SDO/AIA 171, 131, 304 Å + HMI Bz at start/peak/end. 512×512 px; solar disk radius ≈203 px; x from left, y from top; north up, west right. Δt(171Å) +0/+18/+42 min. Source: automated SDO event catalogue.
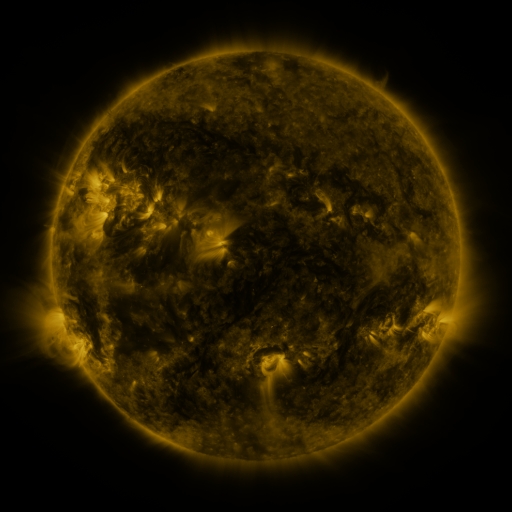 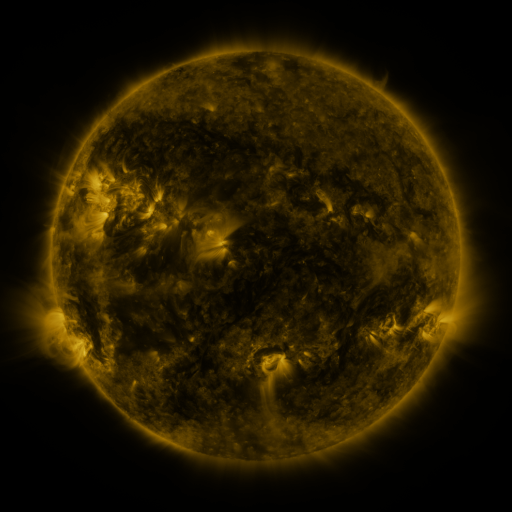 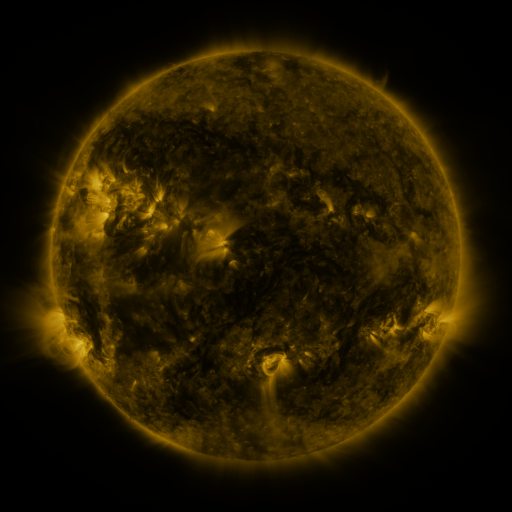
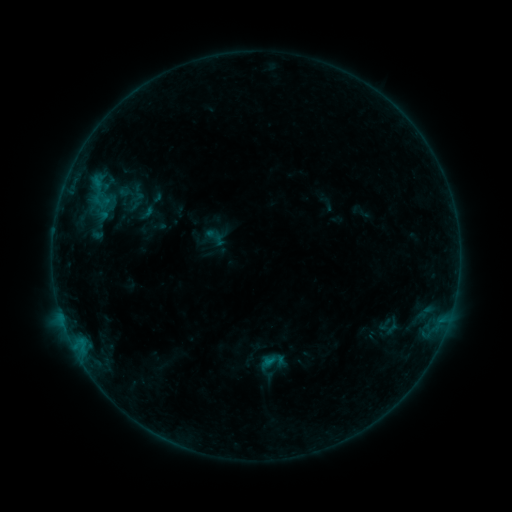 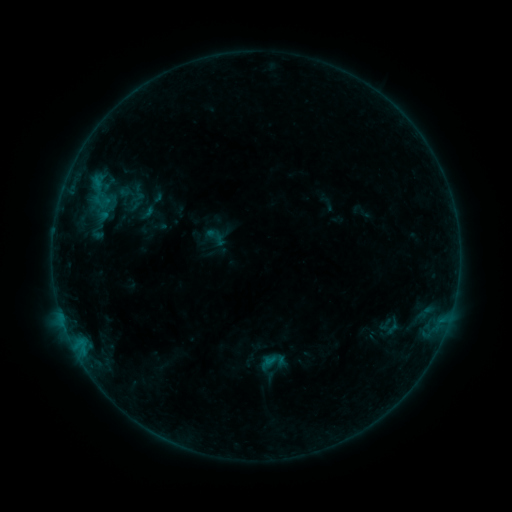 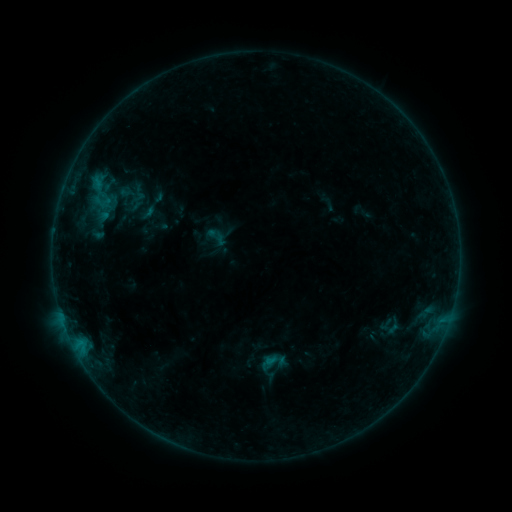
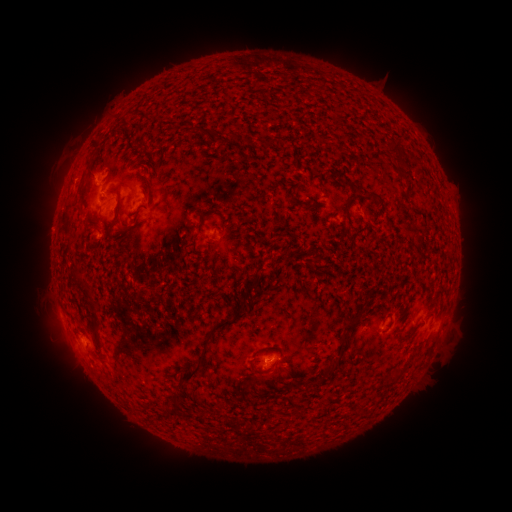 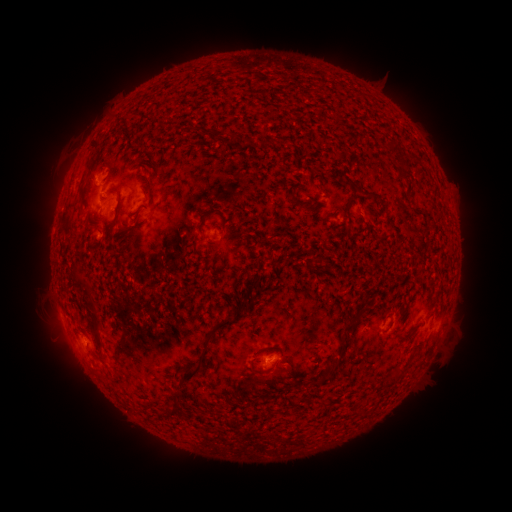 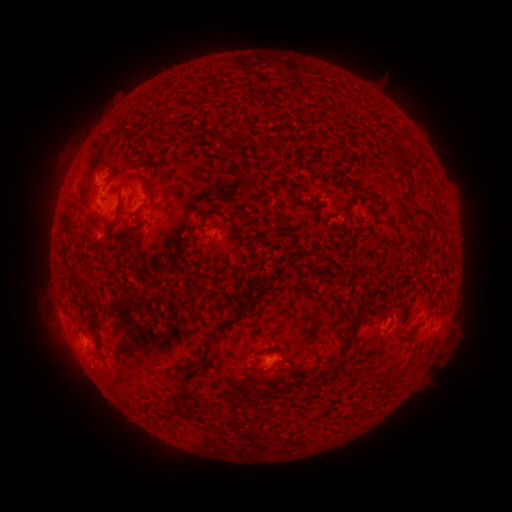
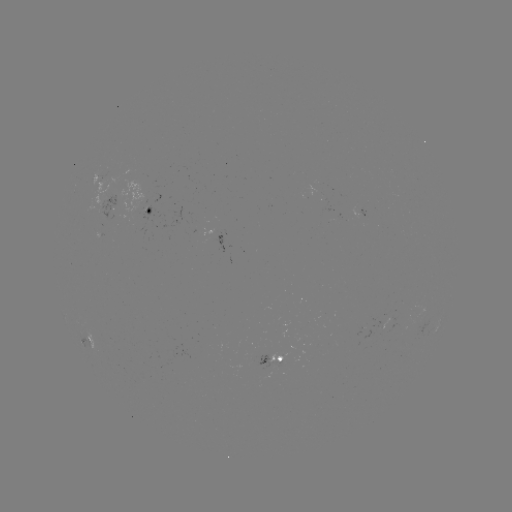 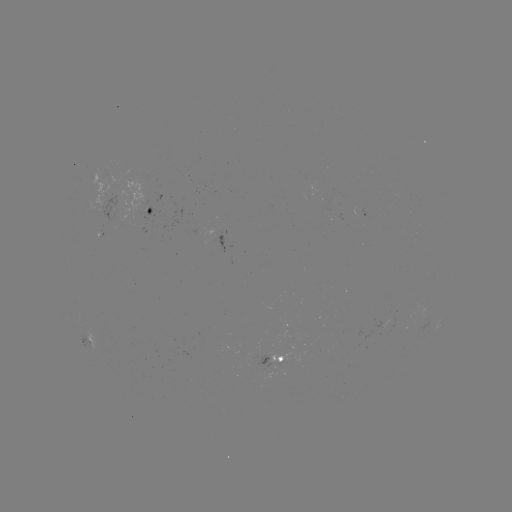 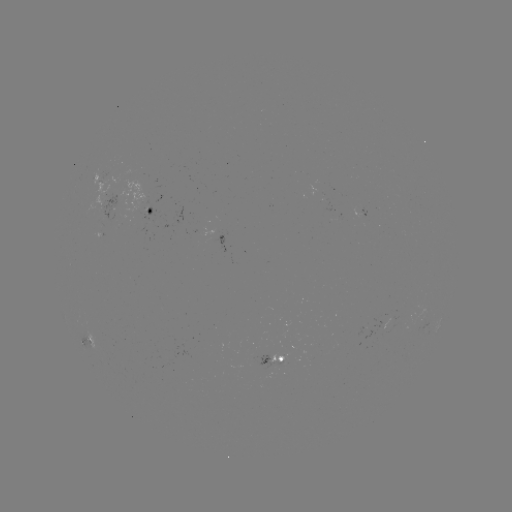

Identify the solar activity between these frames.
nothing was catalogued: no classed flare, no EUV trigger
